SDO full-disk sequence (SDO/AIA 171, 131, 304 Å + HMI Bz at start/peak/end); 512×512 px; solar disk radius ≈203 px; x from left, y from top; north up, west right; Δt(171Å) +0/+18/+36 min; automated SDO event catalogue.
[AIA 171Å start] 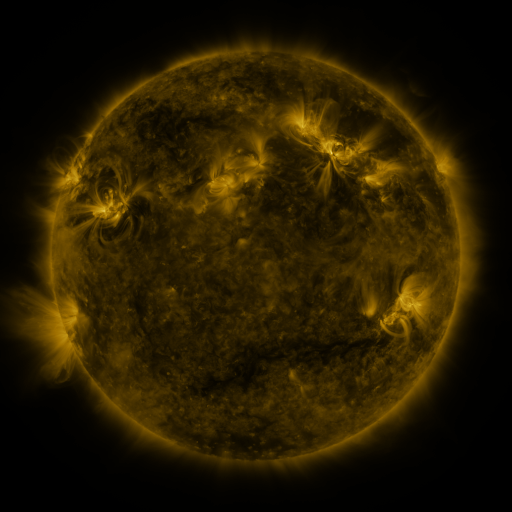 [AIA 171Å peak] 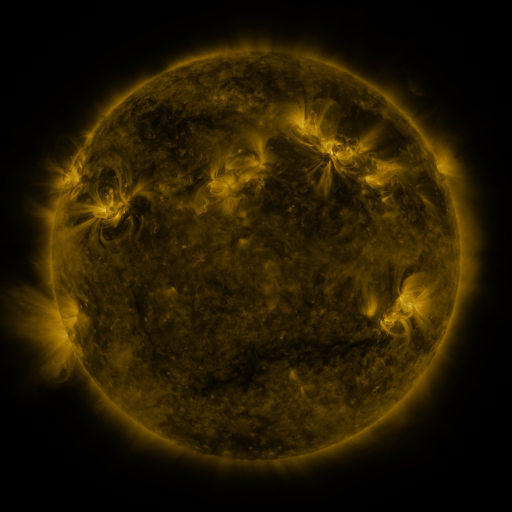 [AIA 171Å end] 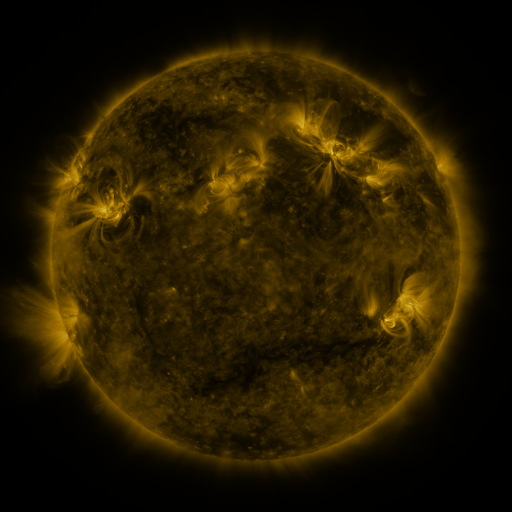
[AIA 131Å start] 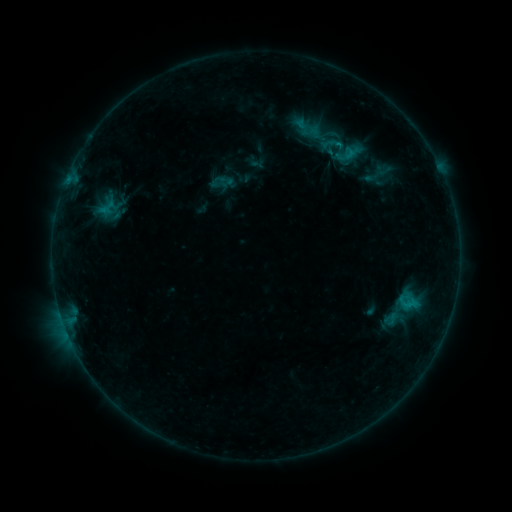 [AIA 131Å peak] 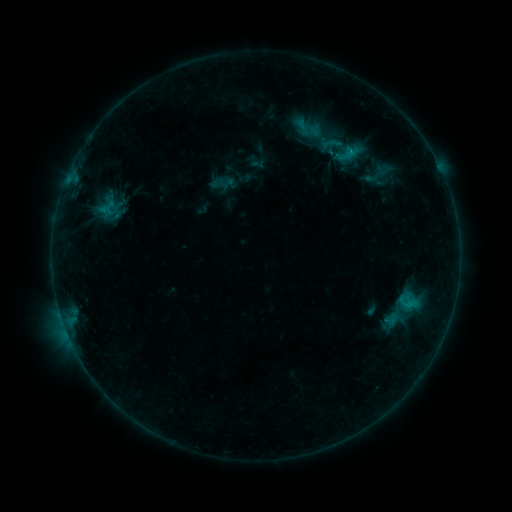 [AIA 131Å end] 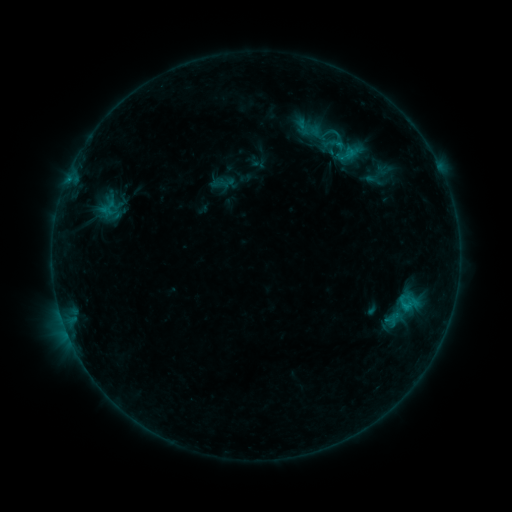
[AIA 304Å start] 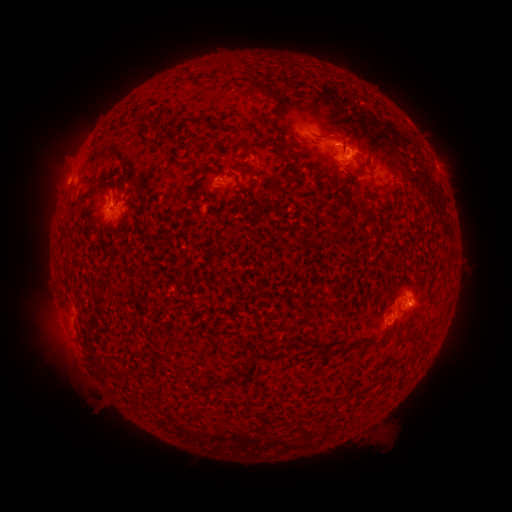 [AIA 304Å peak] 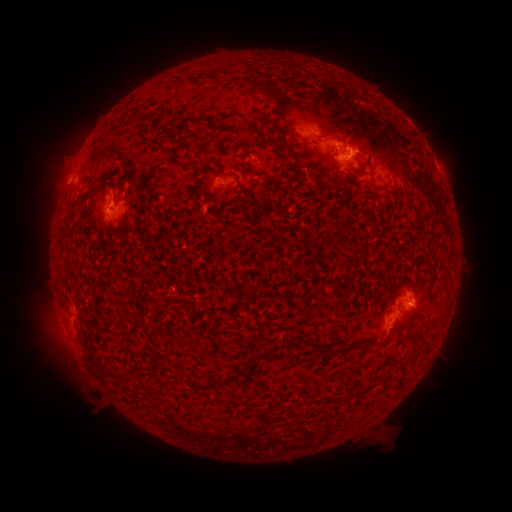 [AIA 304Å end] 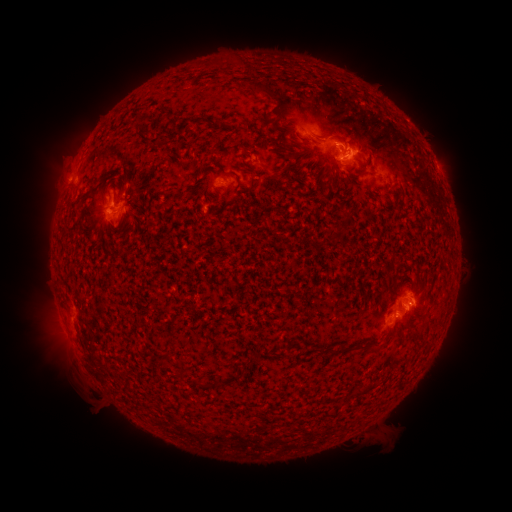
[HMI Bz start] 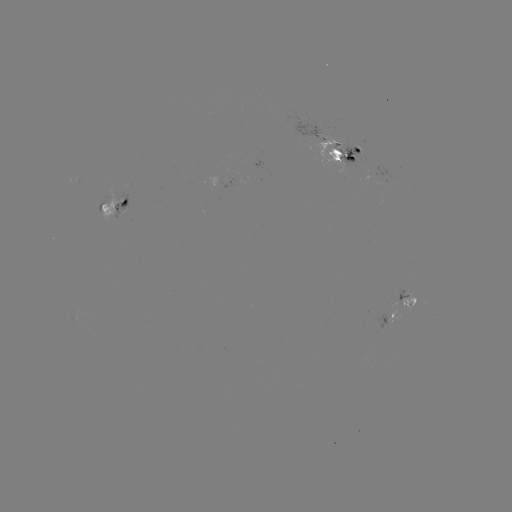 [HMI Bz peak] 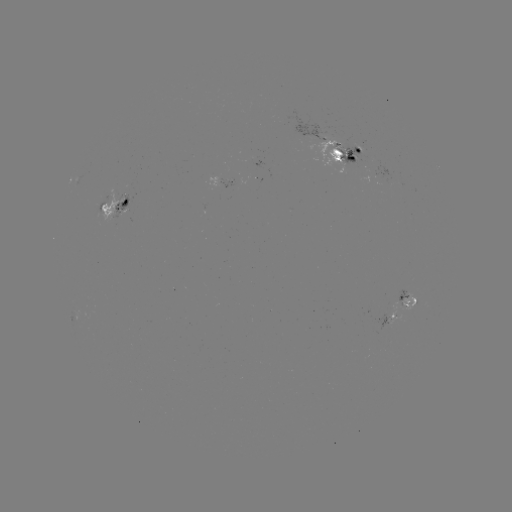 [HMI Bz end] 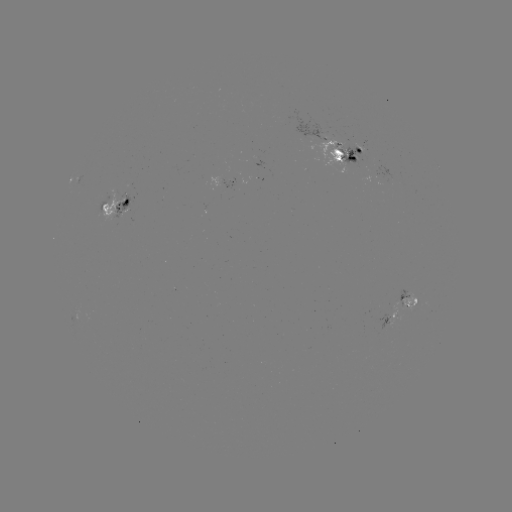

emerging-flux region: (358, 172, 378, 184)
